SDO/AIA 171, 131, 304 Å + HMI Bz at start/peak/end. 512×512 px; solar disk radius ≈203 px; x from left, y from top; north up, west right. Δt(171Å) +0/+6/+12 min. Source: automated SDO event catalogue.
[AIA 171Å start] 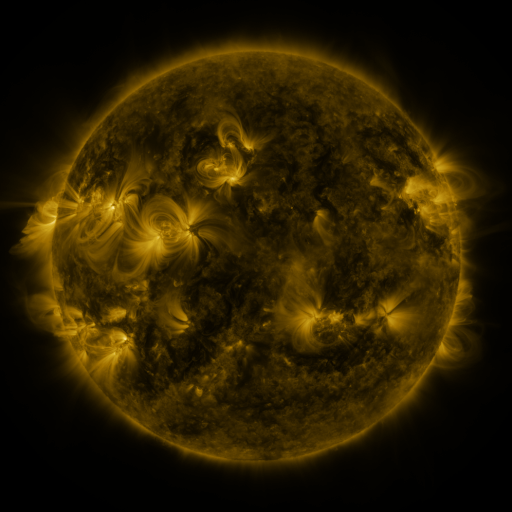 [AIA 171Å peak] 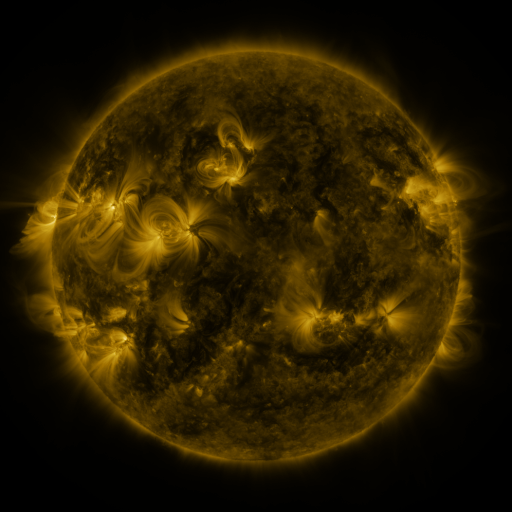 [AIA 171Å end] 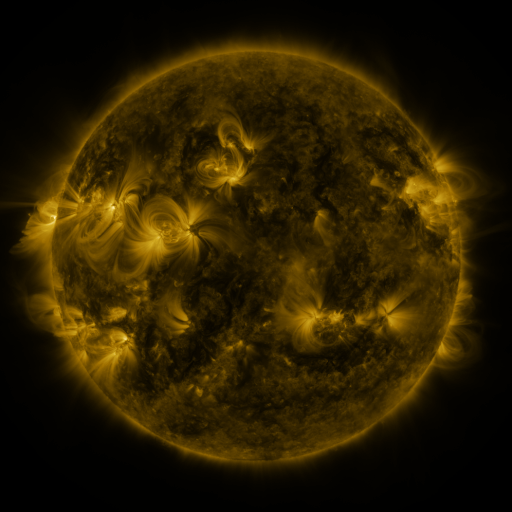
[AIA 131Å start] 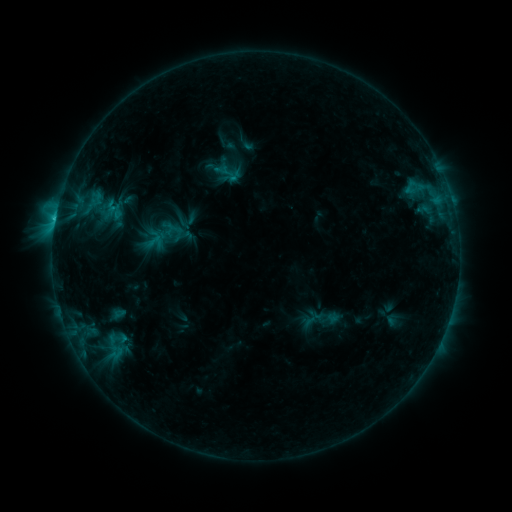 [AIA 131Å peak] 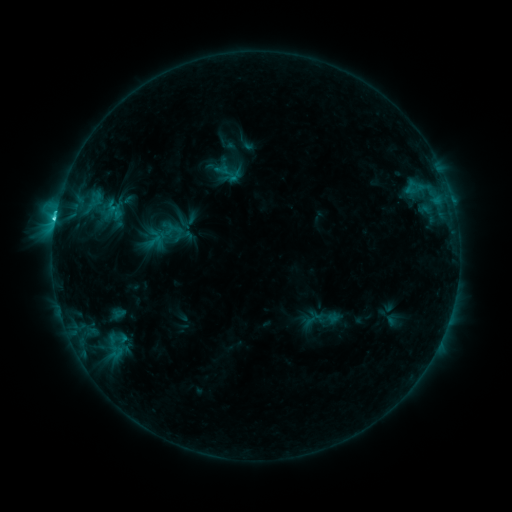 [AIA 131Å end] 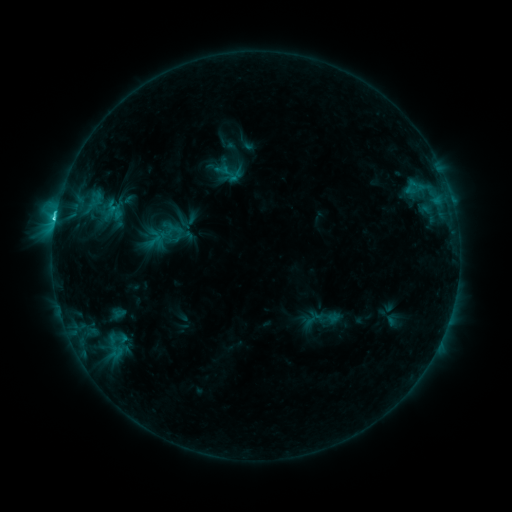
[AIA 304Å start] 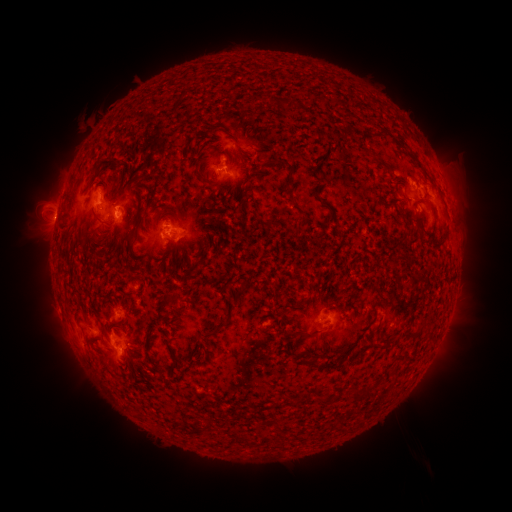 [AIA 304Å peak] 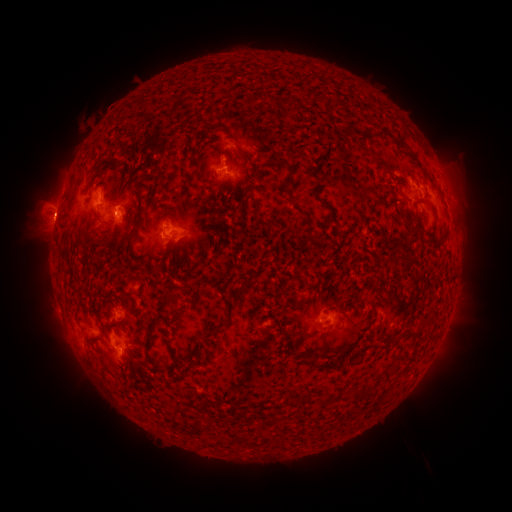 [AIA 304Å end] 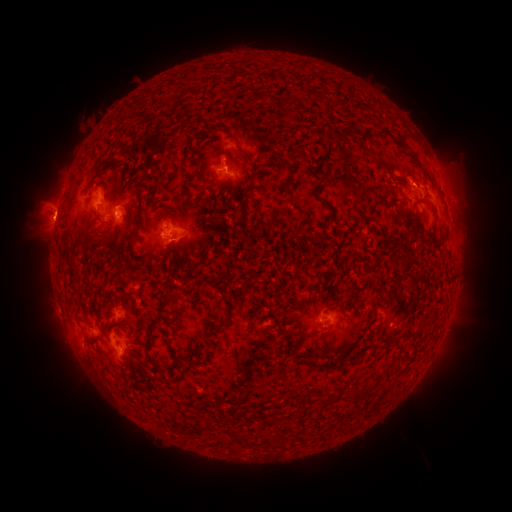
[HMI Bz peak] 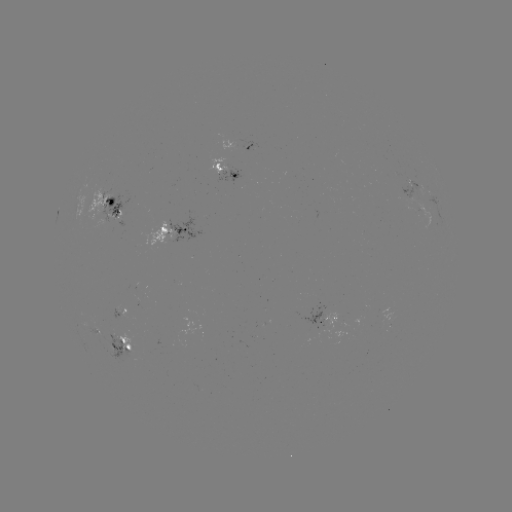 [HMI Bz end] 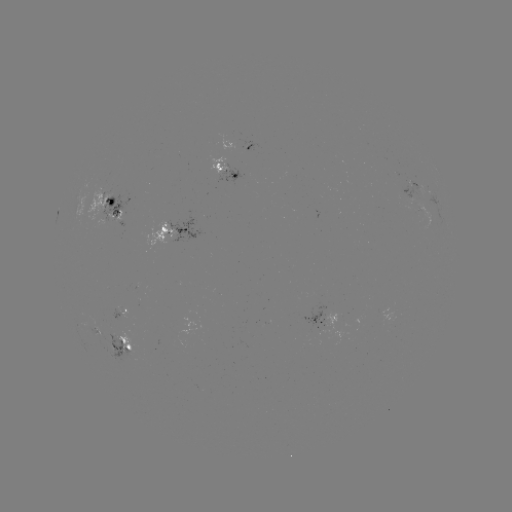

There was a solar flare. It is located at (55, 220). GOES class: C2.8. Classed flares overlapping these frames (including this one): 1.